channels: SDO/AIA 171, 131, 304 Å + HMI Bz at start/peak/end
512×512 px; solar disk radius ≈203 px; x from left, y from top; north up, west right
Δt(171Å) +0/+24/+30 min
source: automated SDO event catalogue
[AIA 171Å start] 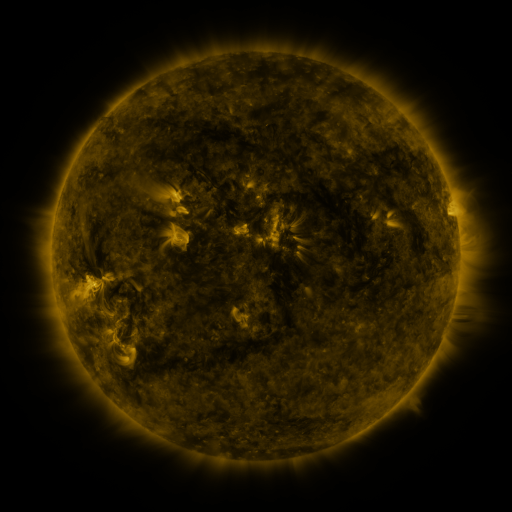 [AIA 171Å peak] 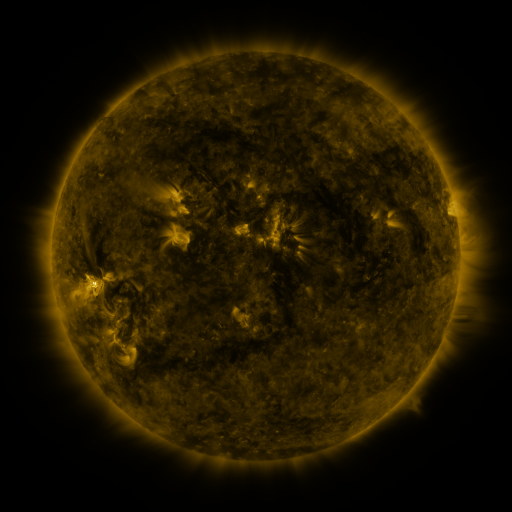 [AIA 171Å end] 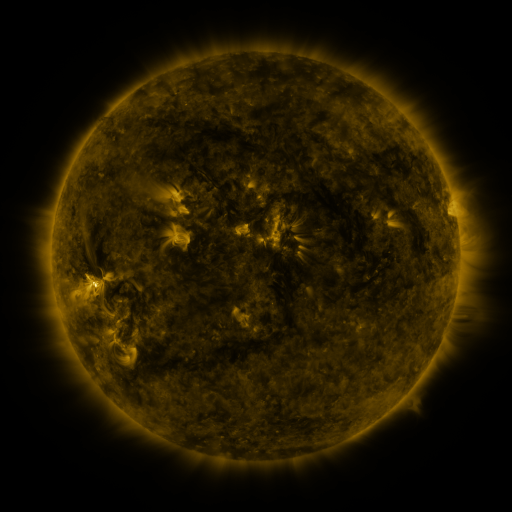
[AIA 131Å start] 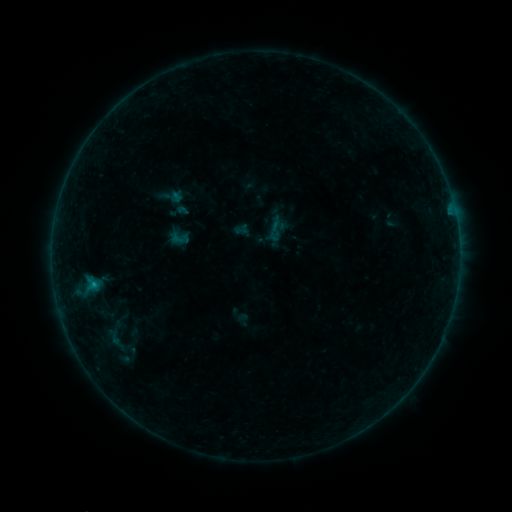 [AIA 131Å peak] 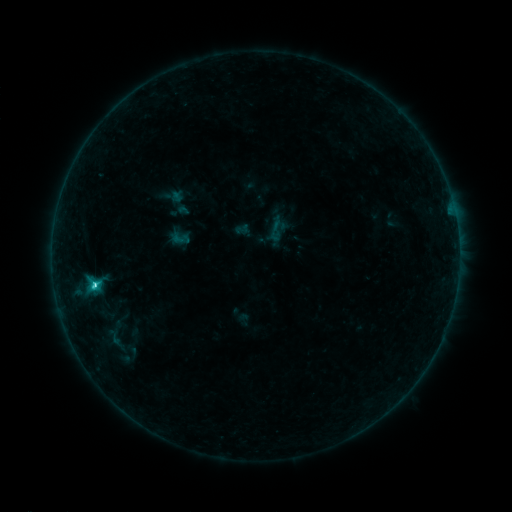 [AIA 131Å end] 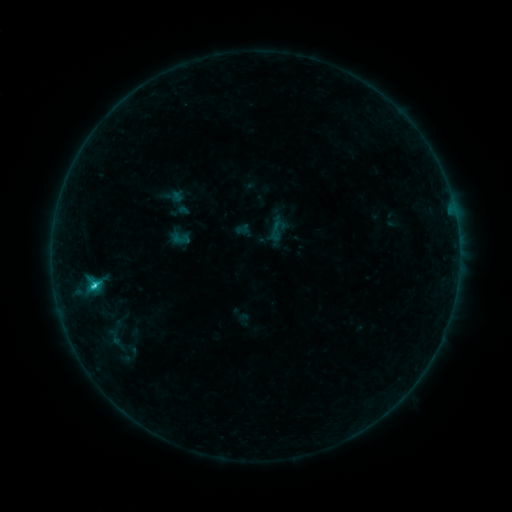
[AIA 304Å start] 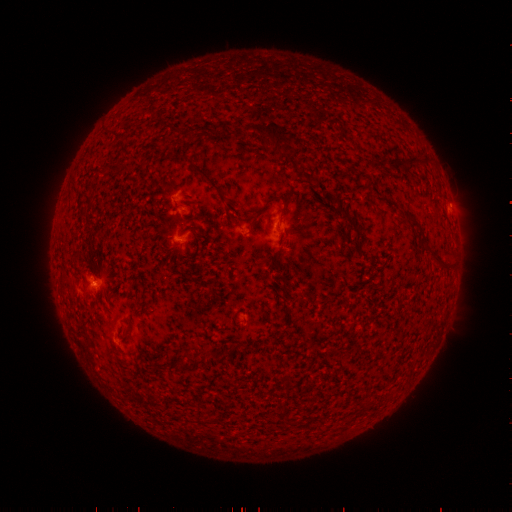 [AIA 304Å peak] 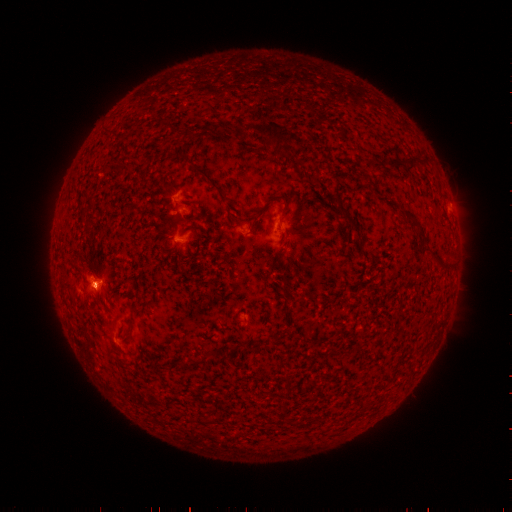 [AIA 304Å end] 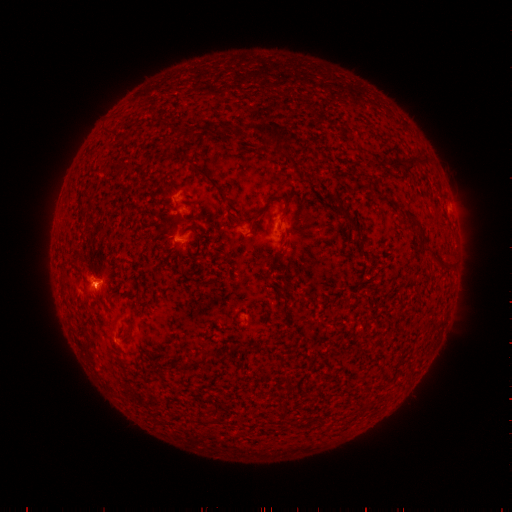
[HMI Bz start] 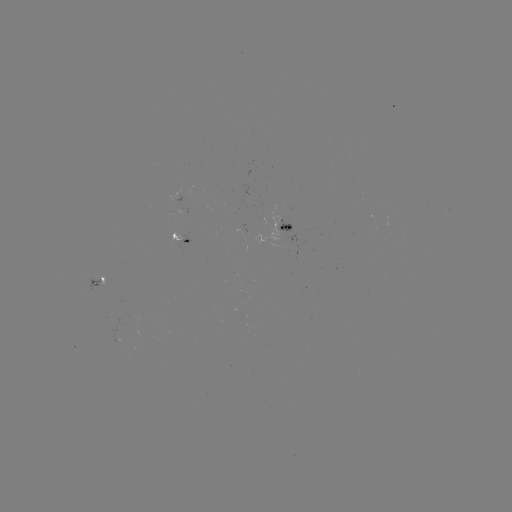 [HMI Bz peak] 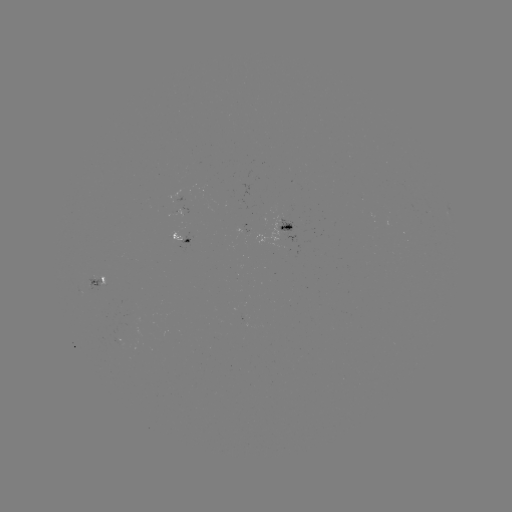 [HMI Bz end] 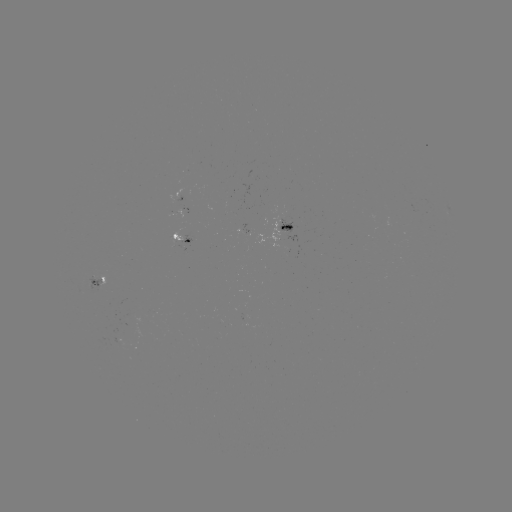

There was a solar flare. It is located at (96, 282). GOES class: C1.9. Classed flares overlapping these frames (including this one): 1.